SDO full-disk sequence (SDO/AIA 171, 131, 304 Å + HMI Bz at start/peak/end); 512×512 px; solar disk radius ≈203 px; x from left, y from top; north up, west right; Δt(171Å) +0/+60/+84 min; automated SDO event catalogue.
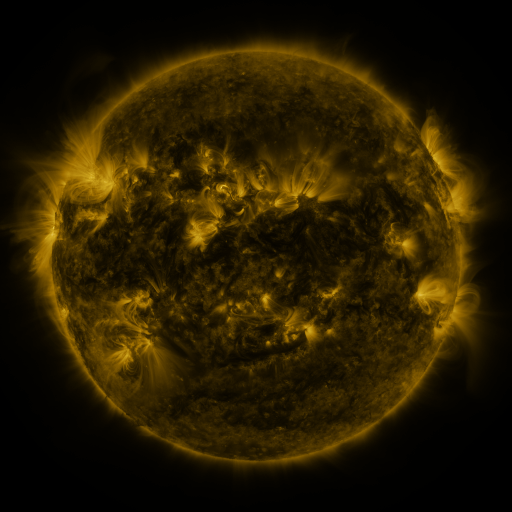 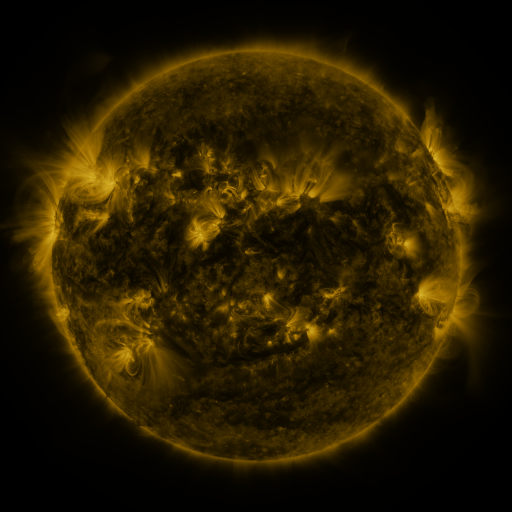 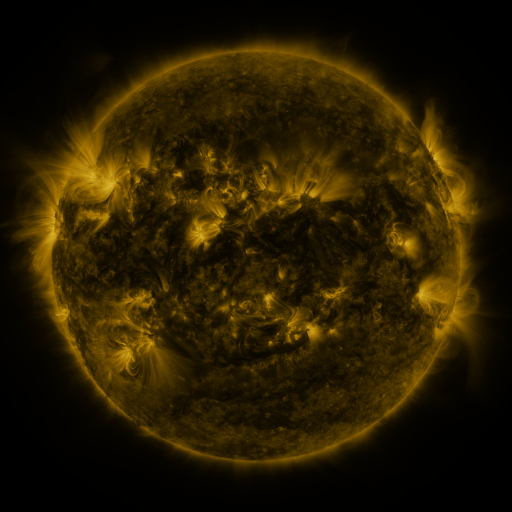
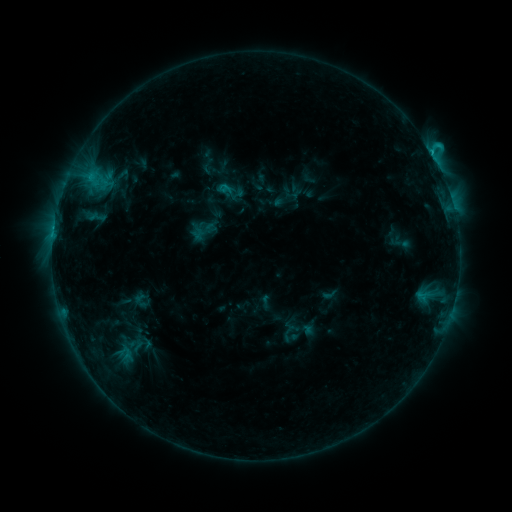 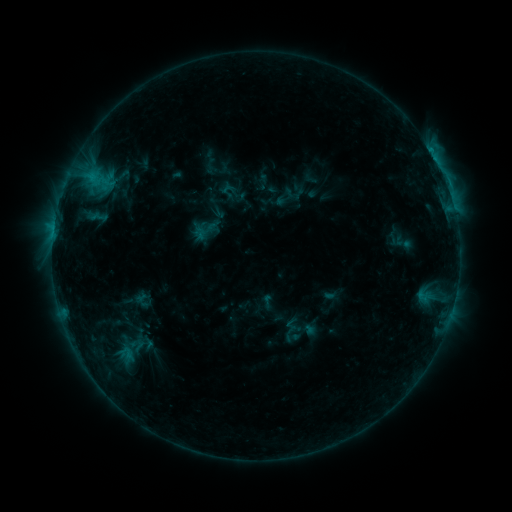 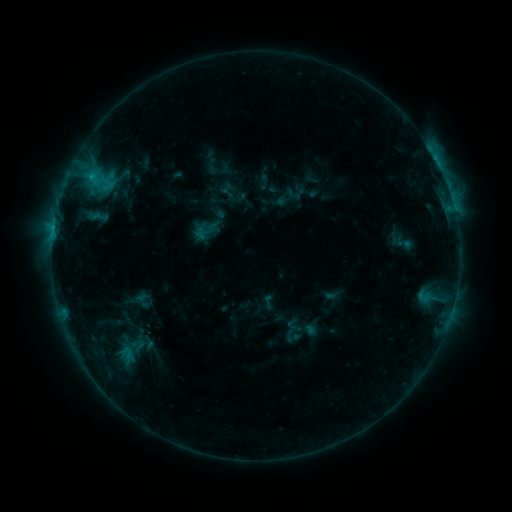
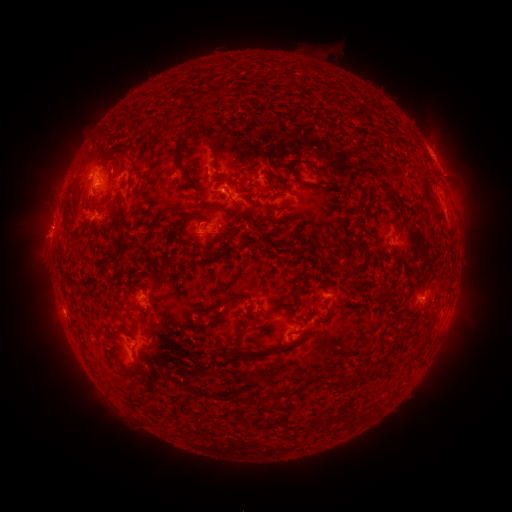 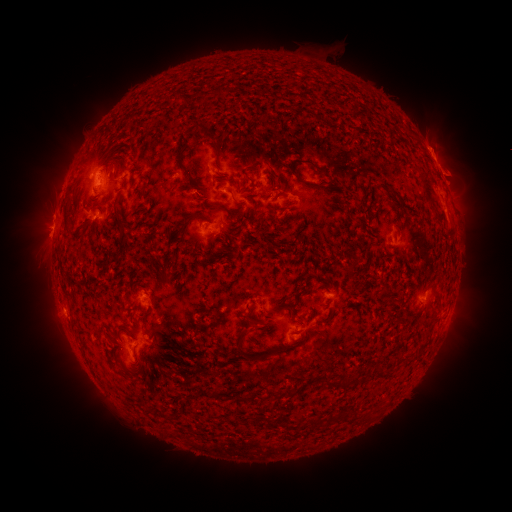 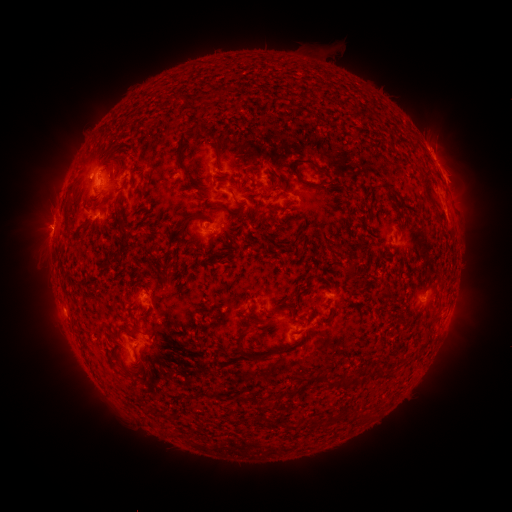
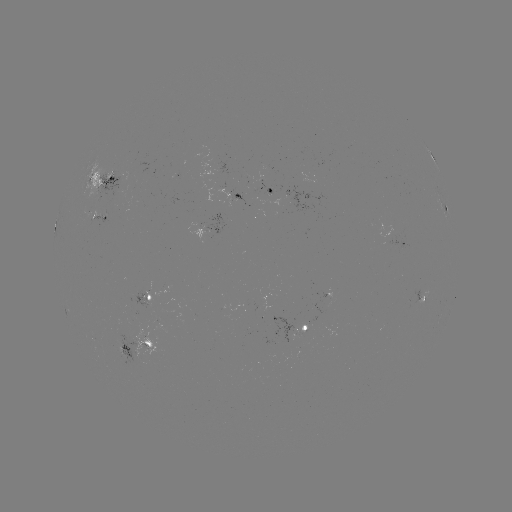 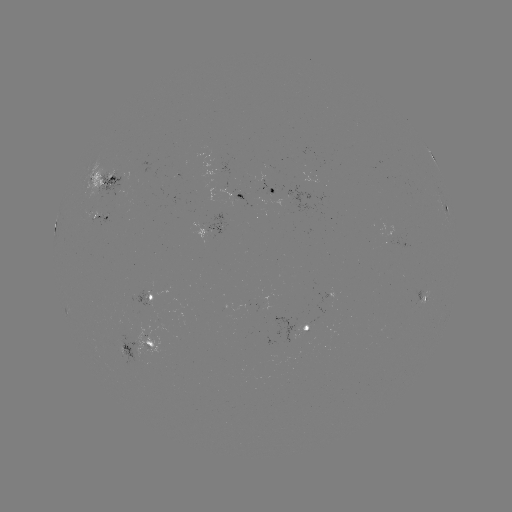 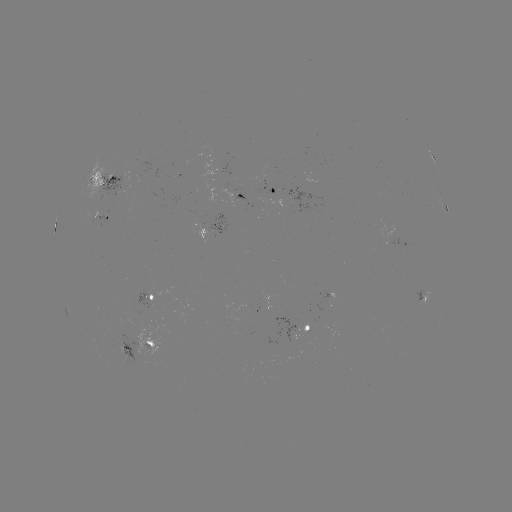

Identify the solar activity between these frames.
emerging-flux region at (148, 292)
